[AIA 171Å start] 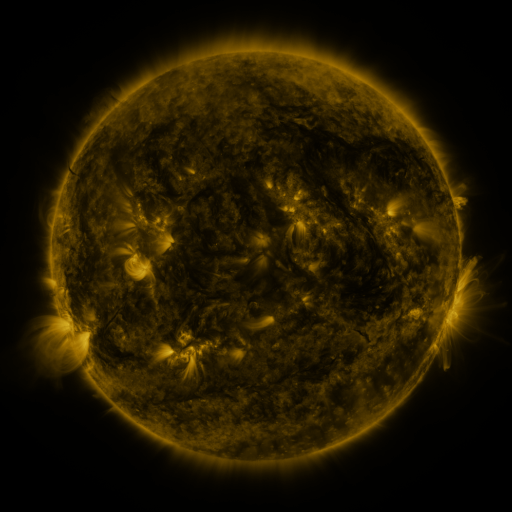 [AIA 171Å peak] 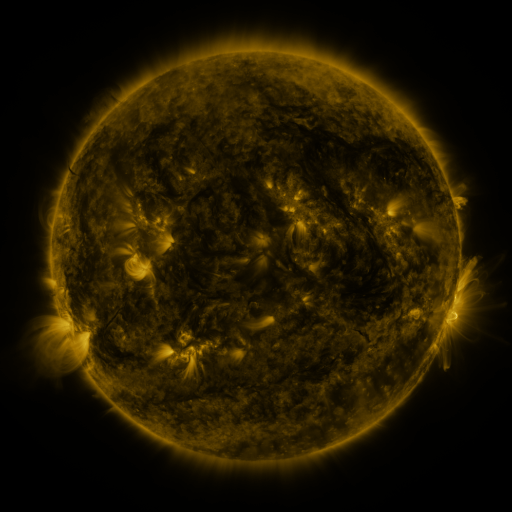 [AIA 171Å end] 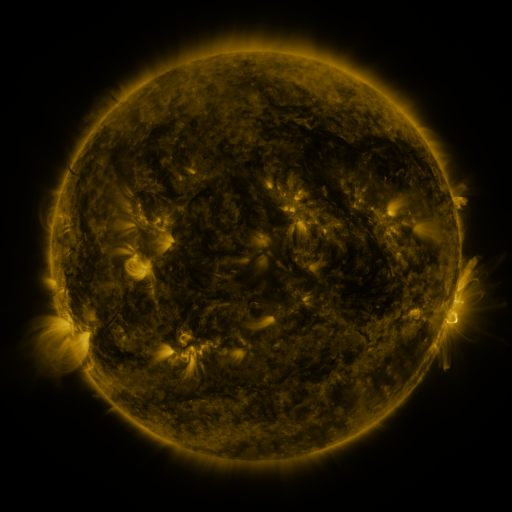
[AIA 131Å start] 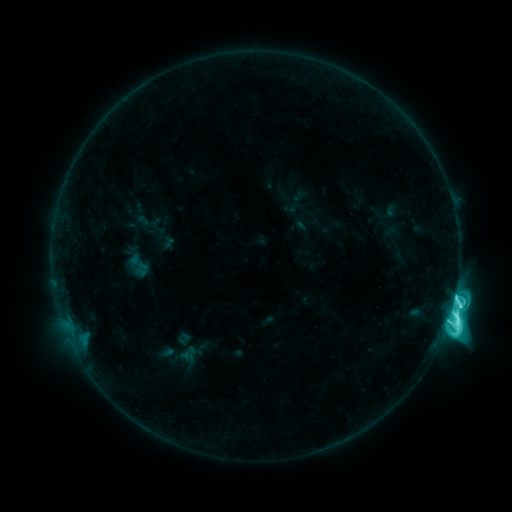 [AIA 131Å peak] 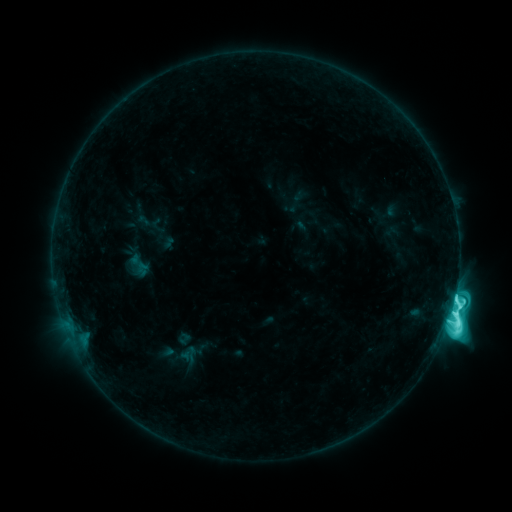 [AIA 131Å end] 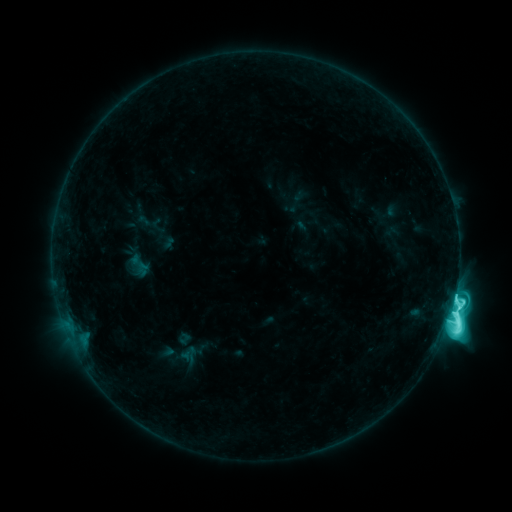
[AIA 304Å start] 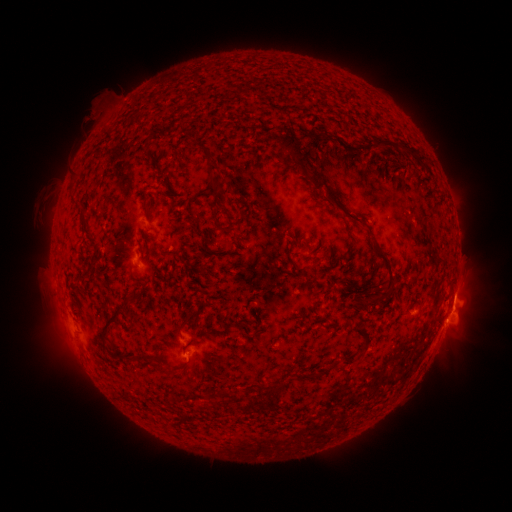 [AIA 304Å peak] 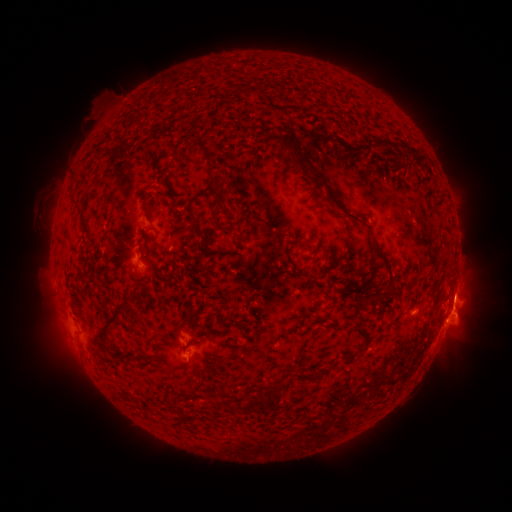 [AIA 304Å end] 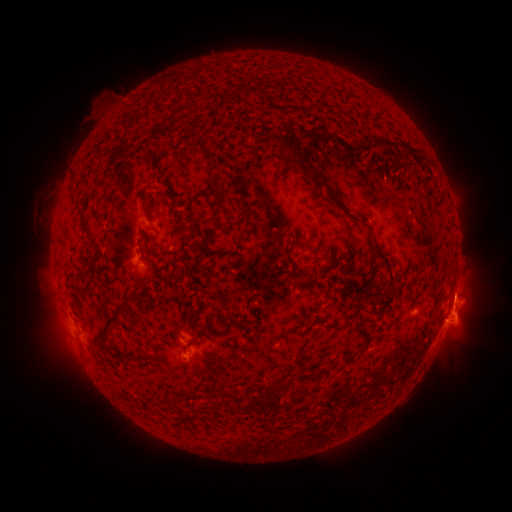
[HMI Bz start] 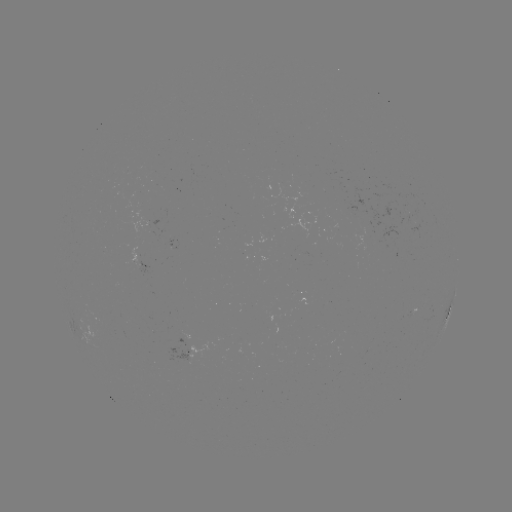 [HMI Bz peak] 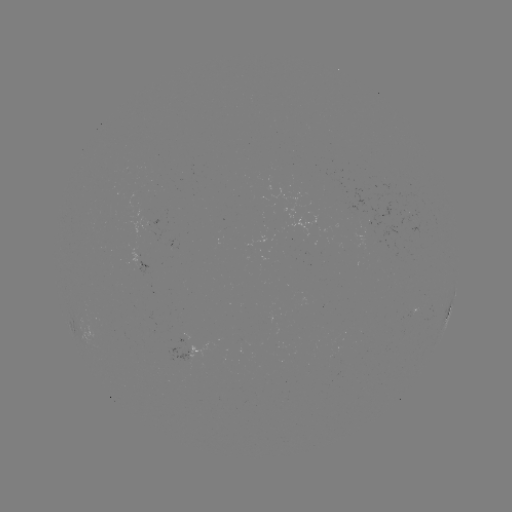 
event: eruption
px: (459, 295)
